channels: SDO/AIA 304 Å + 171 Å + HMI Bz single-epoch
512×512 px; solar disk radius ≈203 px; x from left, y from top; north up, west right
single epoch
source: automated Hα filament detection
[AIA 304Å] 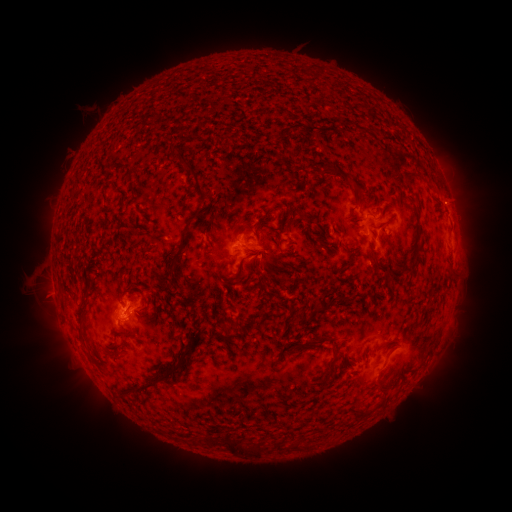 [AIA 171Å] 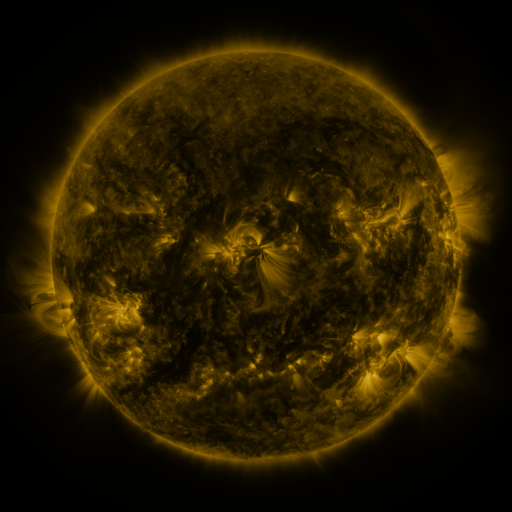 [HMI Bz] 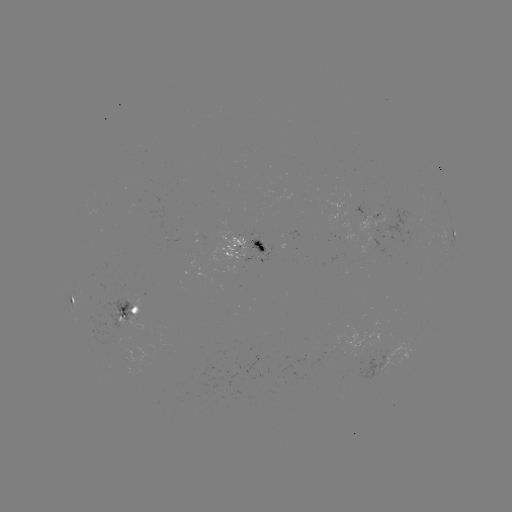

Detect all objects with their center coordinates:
filament: (198, 179)
filament: (358, 186)
filament: (260, 245)
filament: (180, 249)
filament: (373, 253)
filament: (235, 278)
filament: (294, 319)
filament: (129, 333)
filament: (320, 341)
filament: (306, 342)
filament: (332, 362)
filament: (176, 366)
filament: (140, 387)
